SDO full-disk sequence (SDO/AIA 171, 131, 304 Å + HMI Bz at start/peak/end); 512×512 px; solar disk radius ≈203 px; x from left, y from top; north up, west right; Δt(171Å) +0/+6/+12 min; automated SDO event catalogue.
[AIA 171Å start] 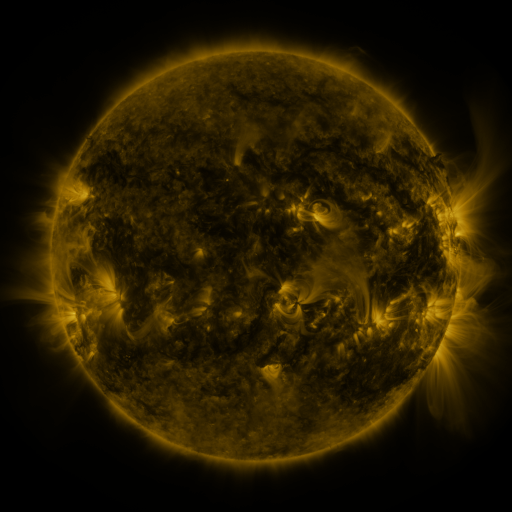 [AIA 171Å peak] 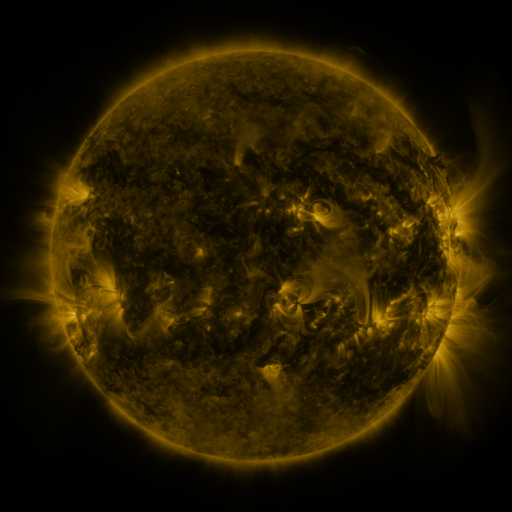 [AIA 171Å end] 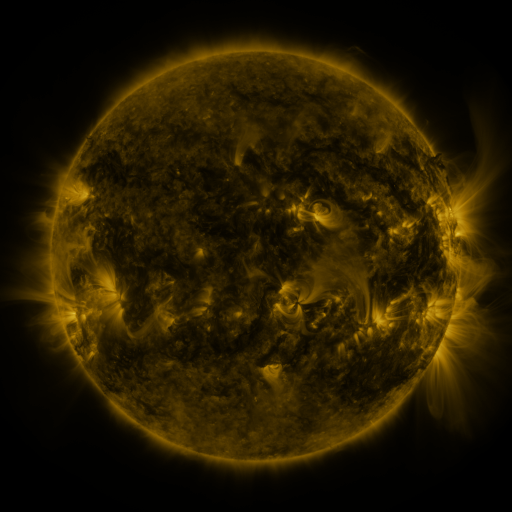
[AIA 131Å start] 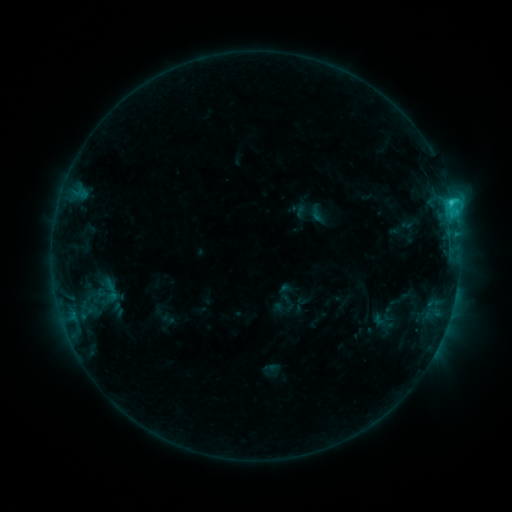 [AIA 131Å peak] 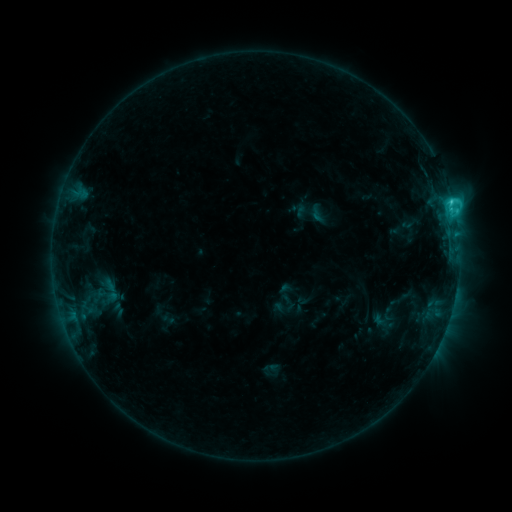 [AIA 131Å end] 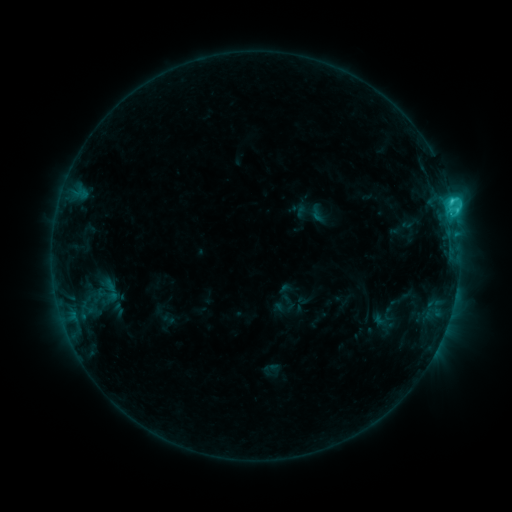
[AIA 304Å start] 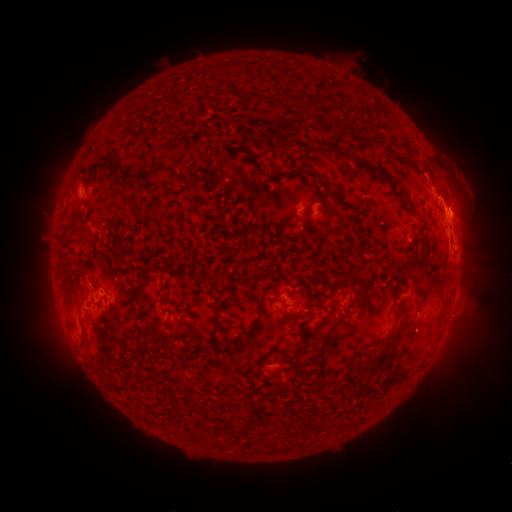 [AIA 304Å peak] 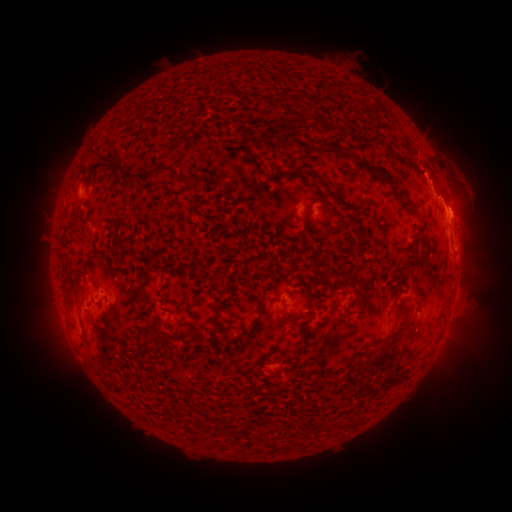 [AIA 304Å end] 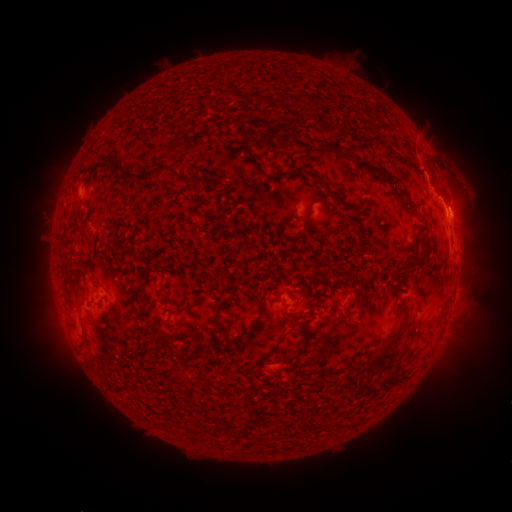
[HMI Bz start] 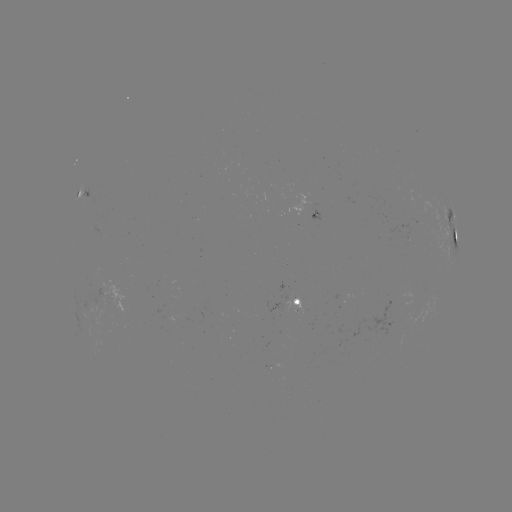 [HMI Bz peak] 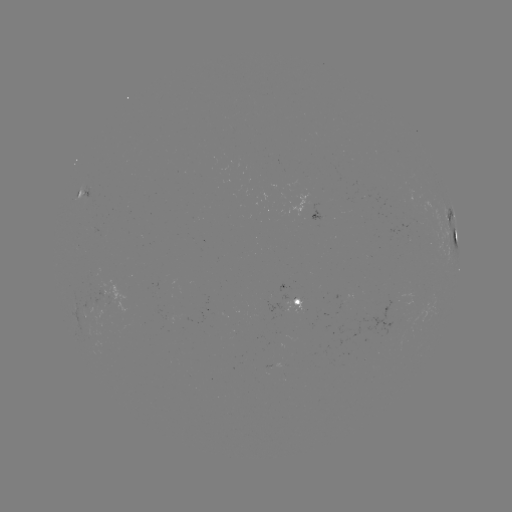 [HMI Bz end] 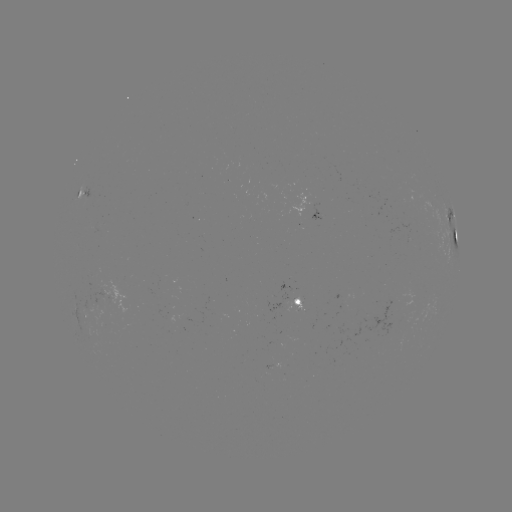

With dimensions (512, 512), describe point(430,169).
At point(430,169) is eruption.